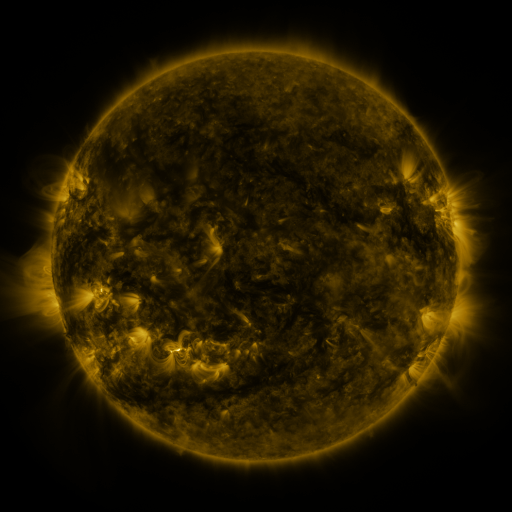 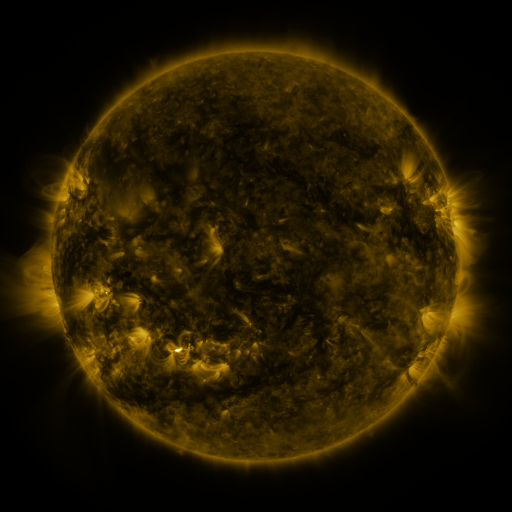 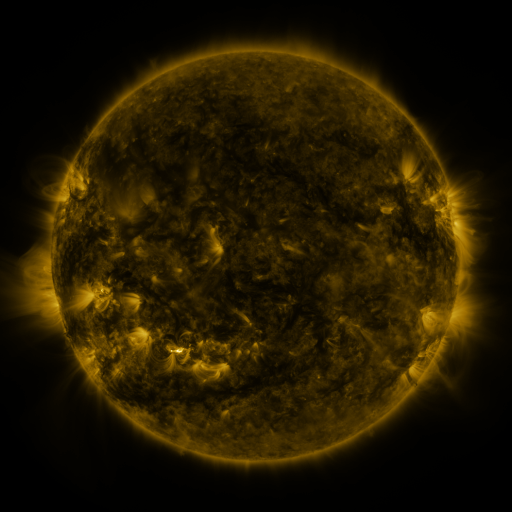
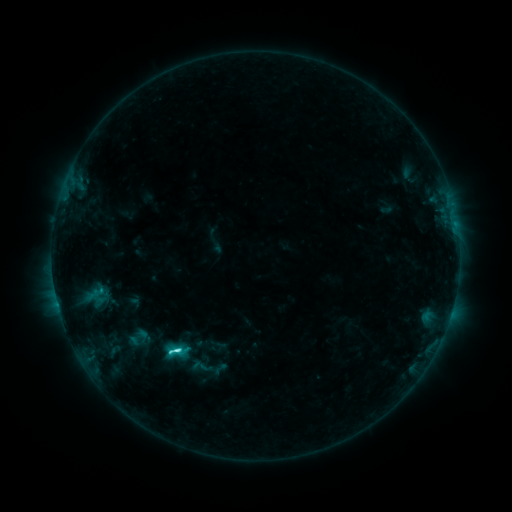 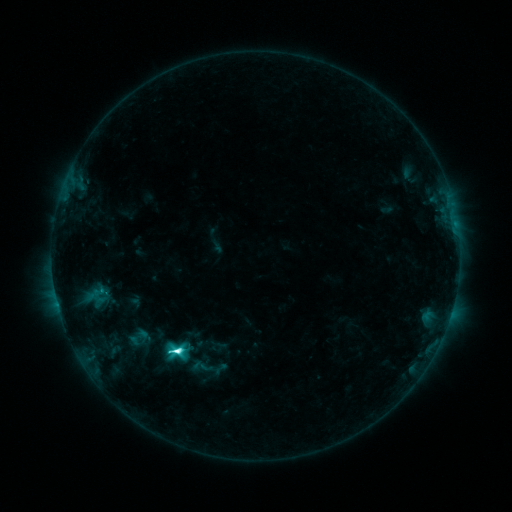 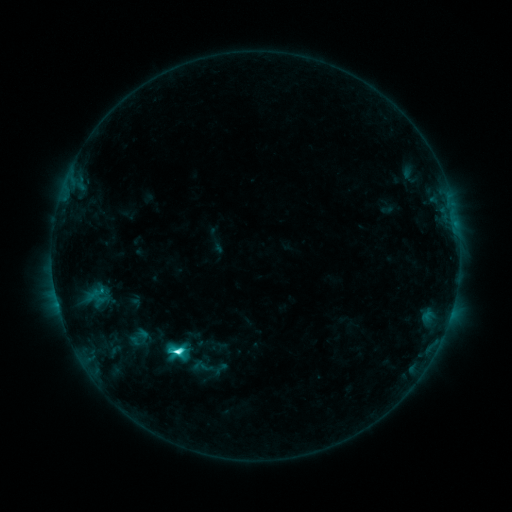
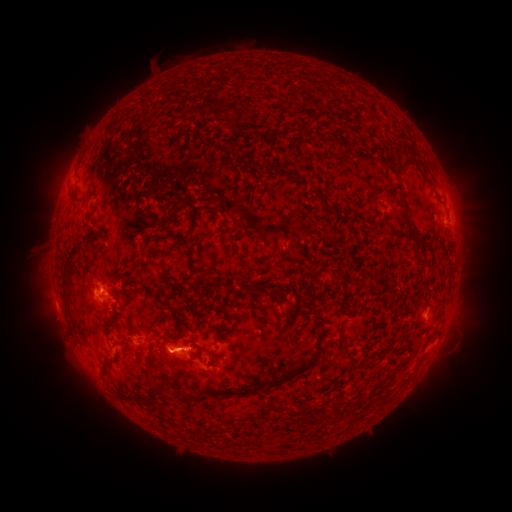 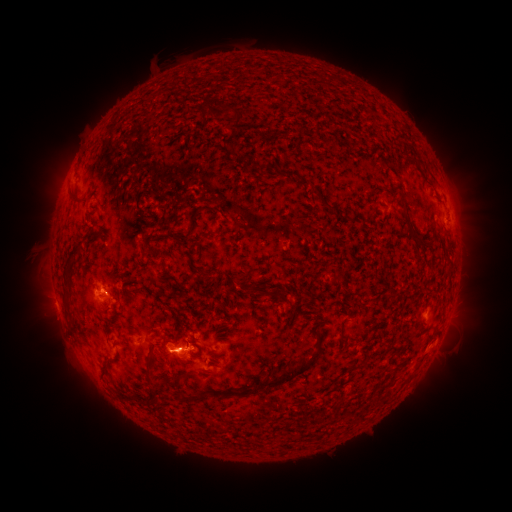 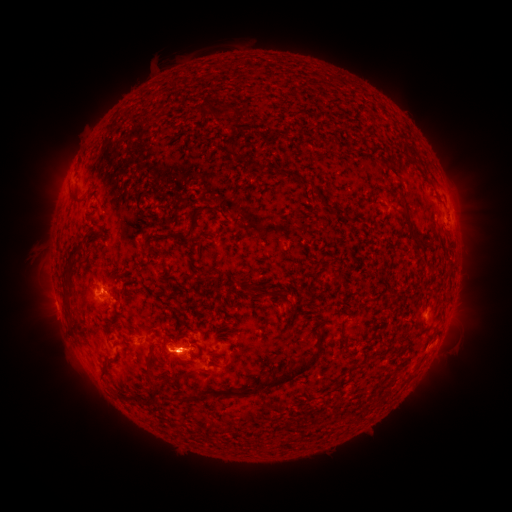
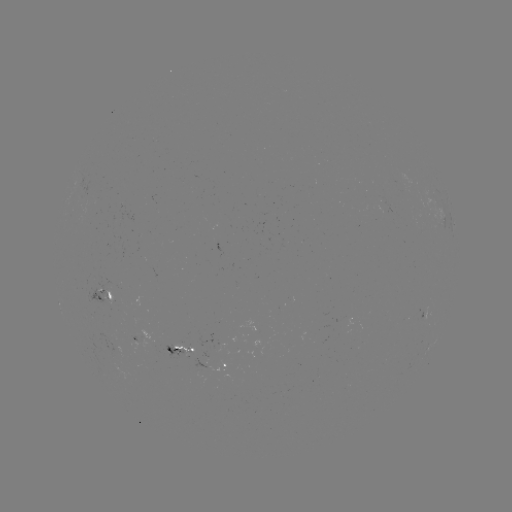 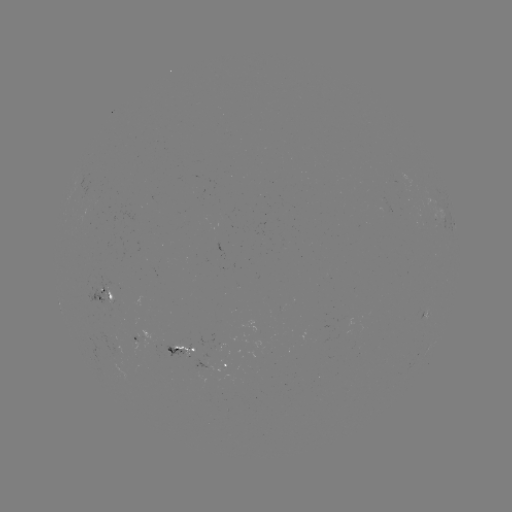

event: flare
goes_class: C8.4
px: (178, 348)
